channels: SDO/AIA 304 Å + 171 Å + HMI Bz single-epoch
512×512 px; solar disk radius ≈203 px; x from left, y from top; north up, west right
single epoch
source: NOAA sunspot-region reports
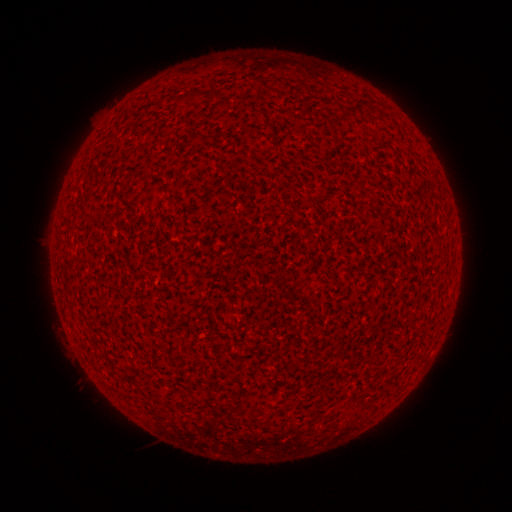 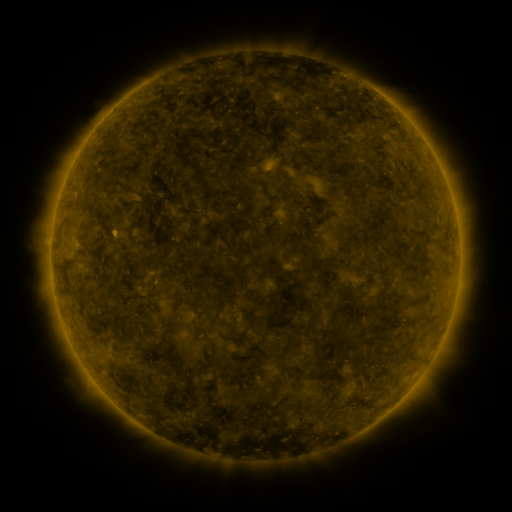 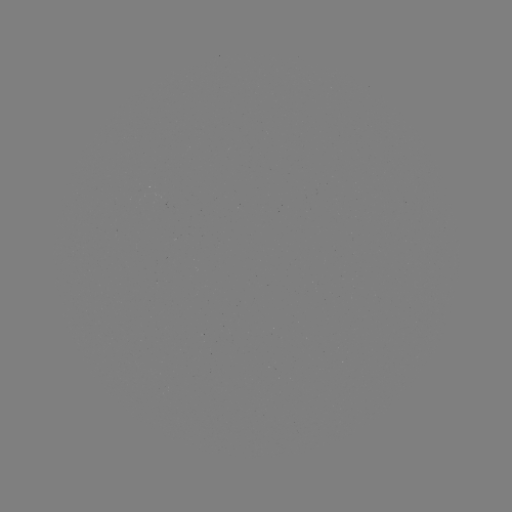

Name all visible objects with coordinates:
(none)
